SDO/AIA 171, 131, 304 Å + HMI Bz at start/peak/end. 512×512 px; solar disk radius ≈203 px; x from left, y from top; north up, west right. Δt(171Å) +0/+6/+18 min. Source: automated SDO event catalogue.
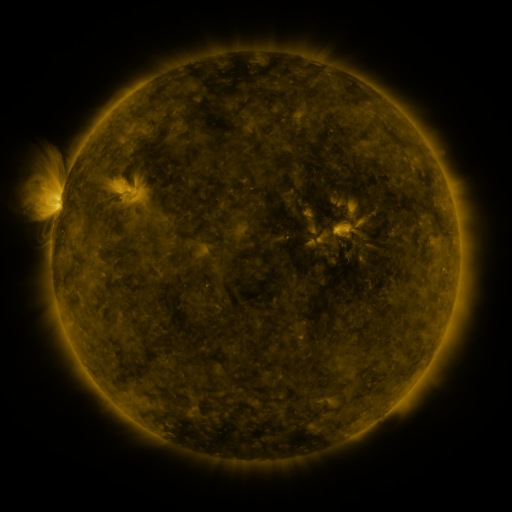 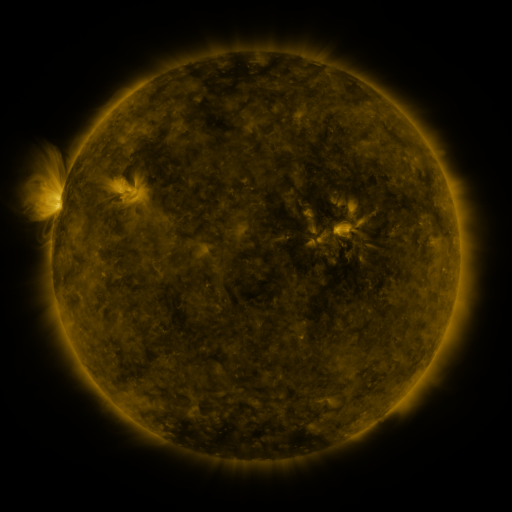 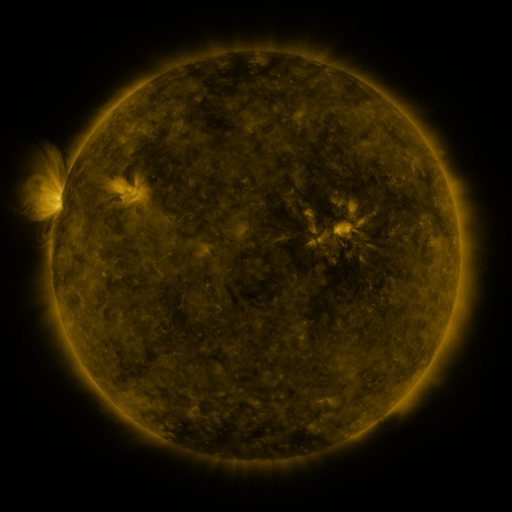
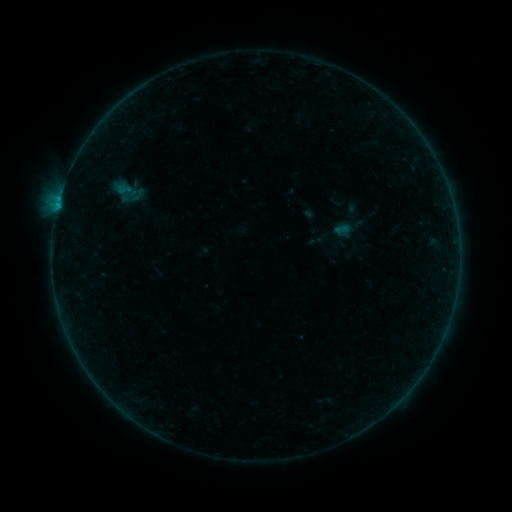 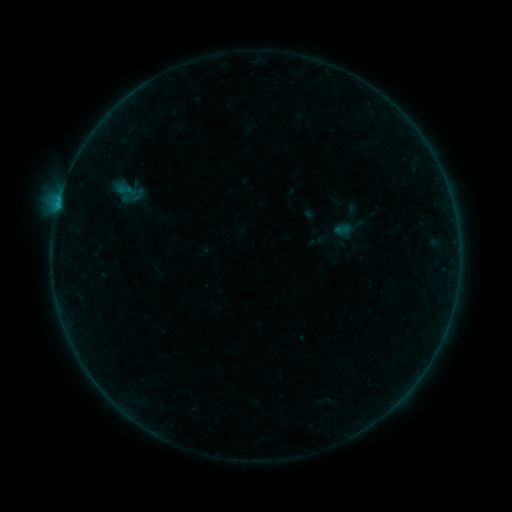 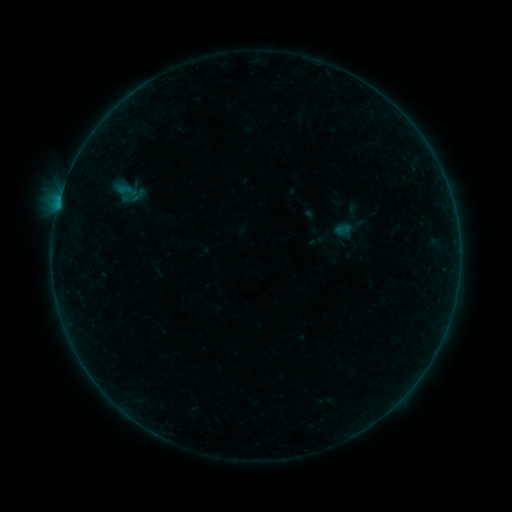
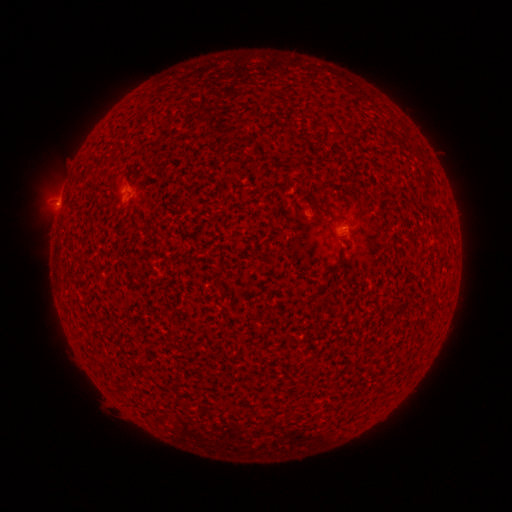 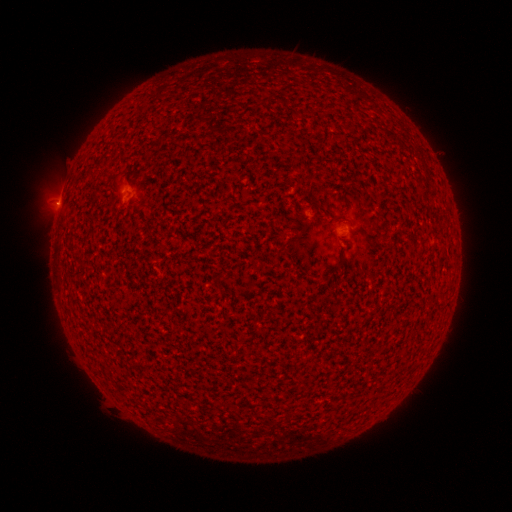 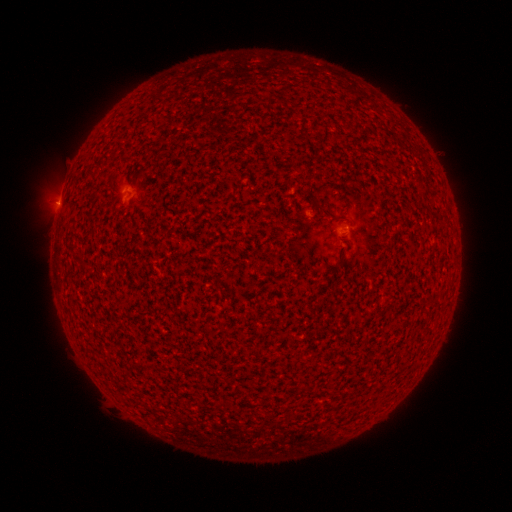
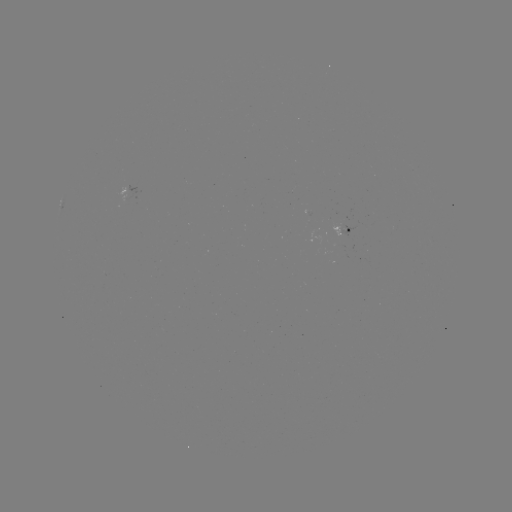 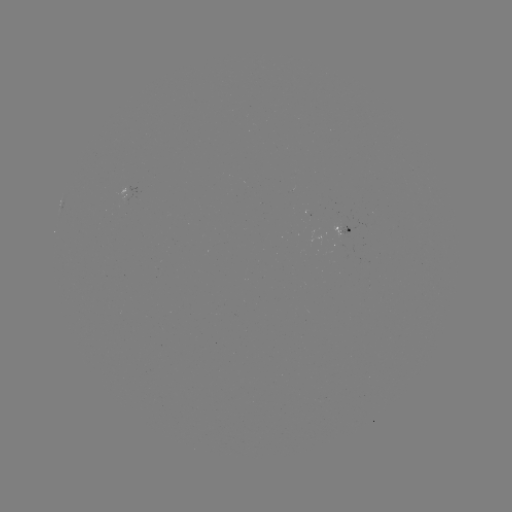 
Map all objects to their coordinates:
B1.1 flare: (58, 206)
